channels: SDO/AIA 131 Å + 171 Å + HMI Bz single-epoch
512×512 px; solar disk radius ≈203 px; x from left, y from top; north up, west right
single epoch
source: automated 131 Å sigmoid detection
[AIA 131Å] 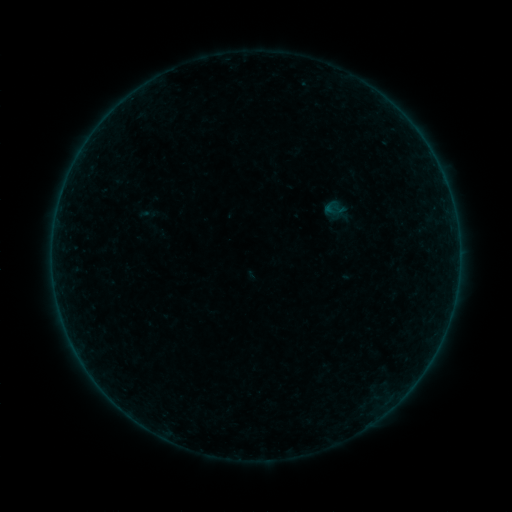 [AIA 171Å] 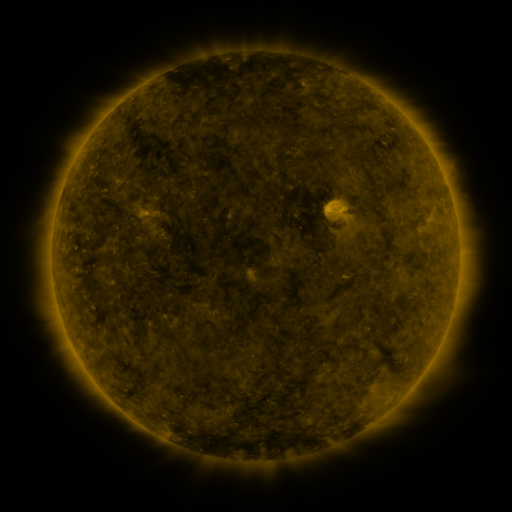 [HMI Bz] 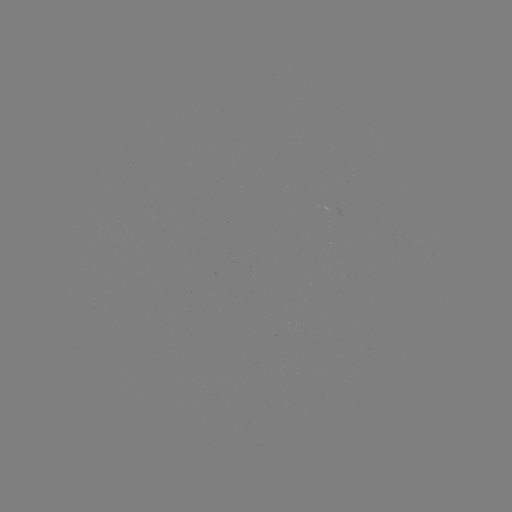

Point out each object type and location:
sigmoid: [321, 196, 350, 221]
